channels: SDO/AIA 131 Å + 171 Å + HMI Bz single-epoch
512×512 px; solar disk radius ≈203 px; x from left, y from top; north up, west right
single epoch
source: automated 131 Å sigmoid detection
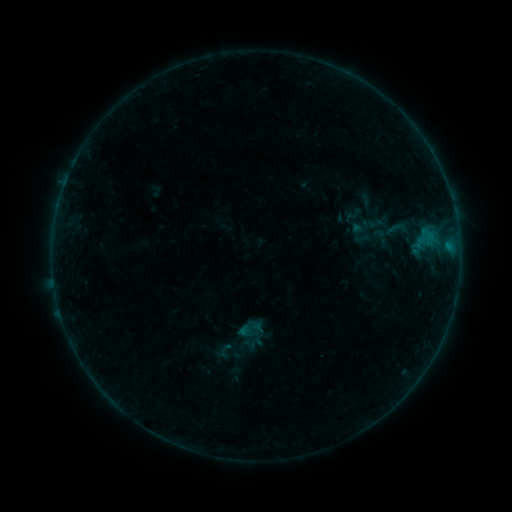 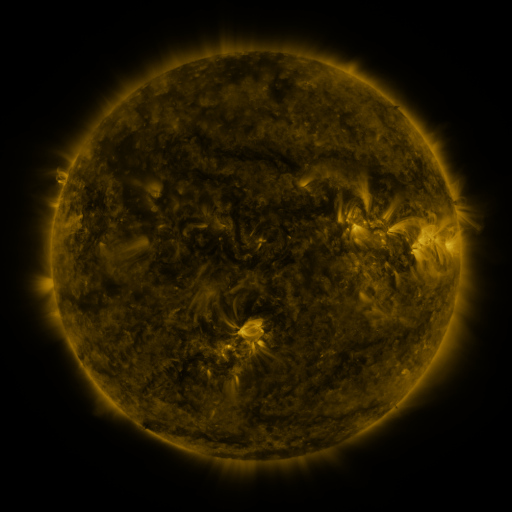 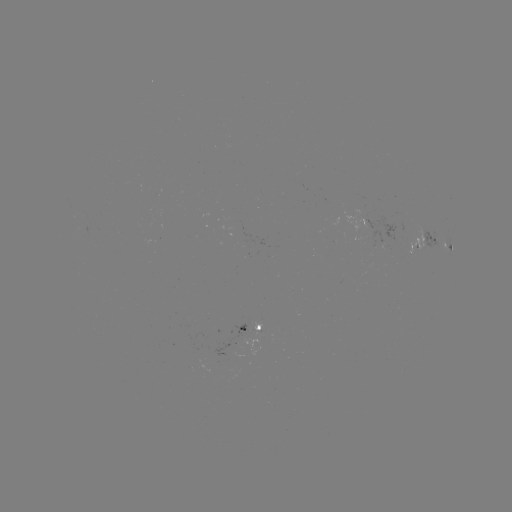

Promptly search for sigmoid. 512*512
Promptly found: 250,328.